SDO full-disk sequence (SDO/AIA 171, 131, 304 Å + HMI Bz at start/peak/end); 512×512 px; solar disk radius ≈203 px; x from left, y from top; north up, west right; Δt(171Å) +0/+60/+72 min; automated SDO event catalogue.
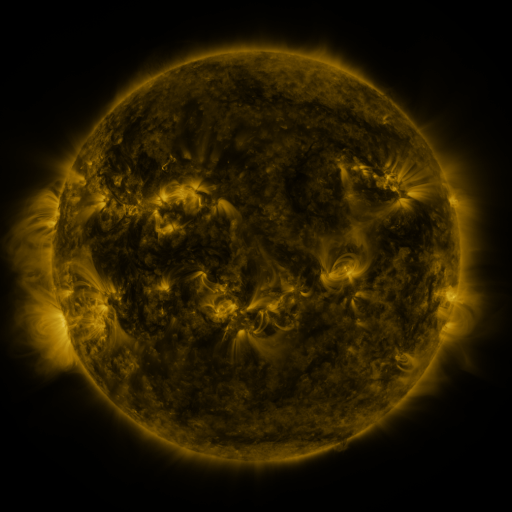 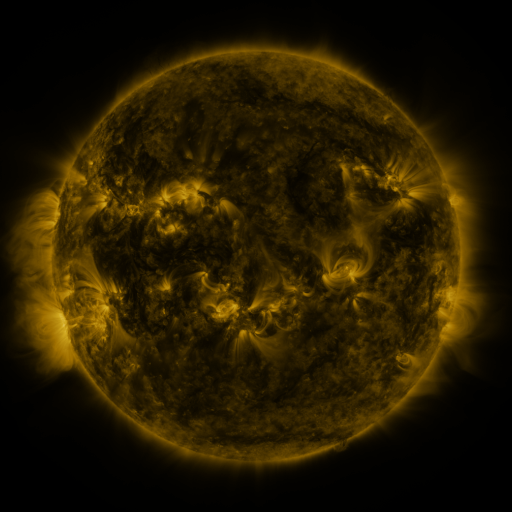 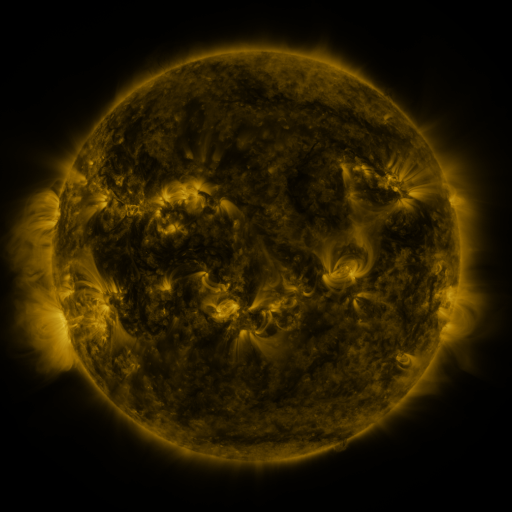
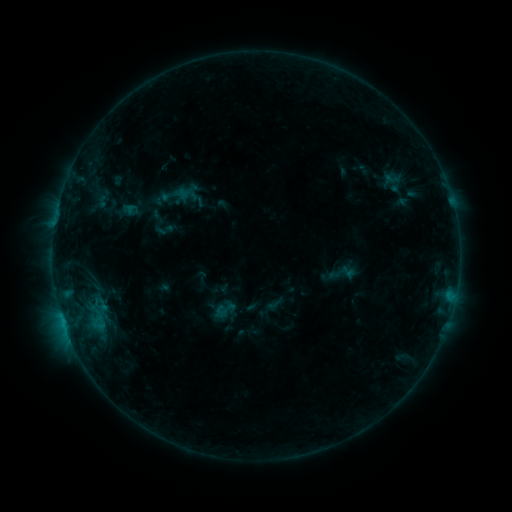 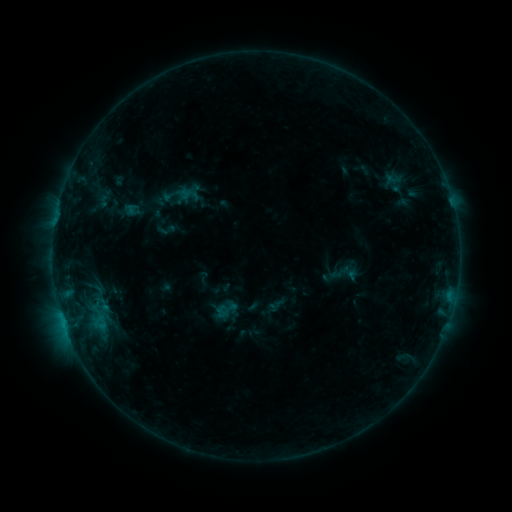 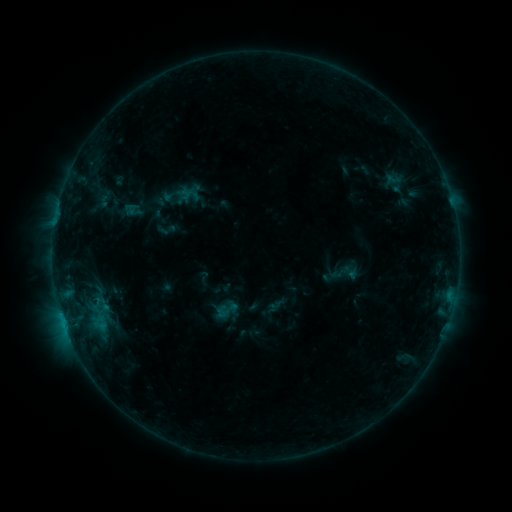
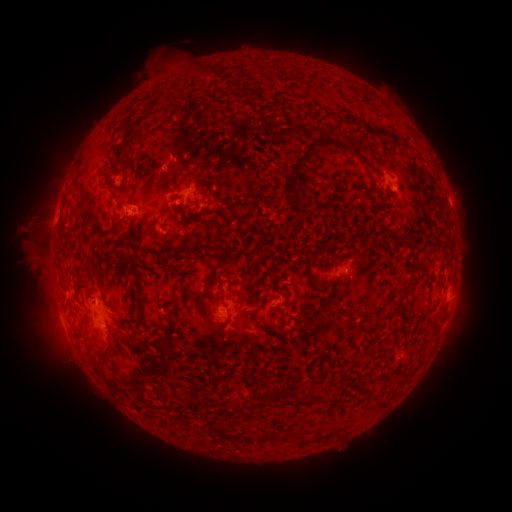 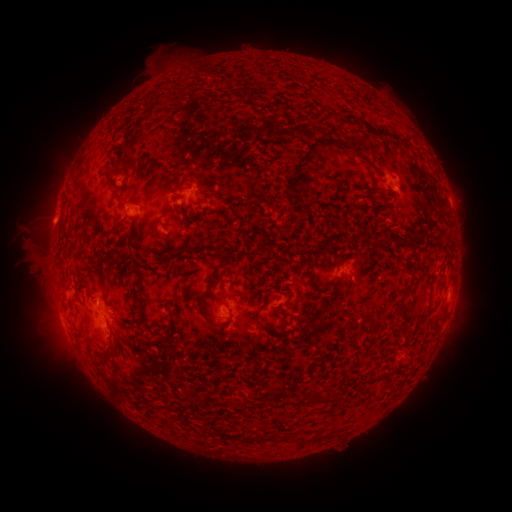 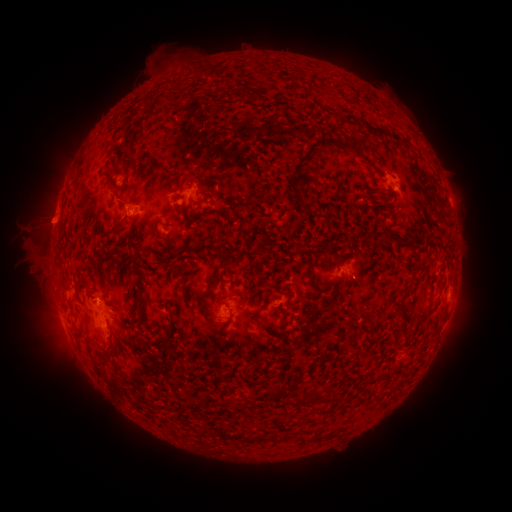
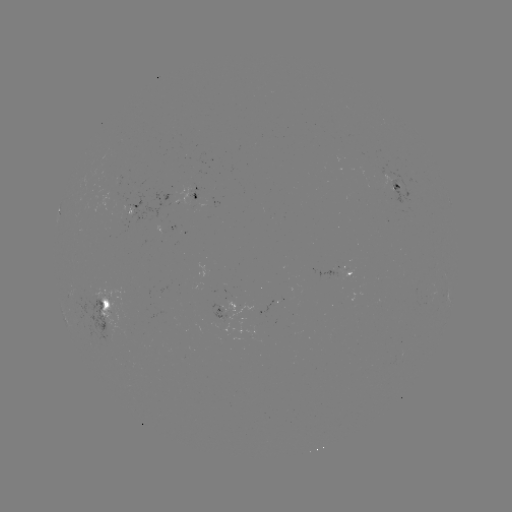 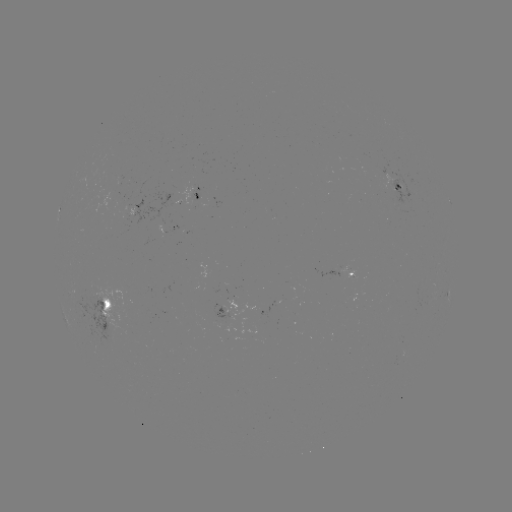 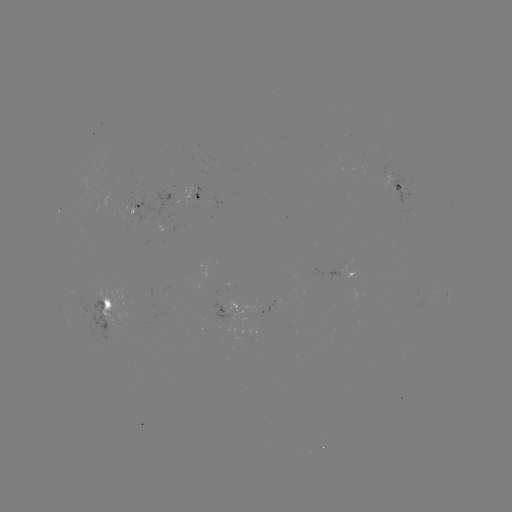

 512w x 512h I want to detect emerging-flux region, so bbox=[106, 311, 123, 322].